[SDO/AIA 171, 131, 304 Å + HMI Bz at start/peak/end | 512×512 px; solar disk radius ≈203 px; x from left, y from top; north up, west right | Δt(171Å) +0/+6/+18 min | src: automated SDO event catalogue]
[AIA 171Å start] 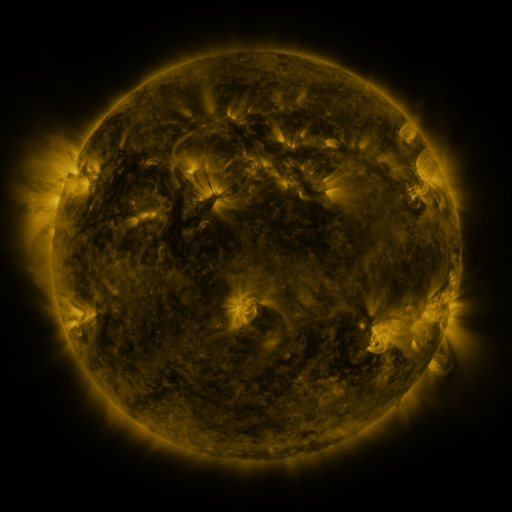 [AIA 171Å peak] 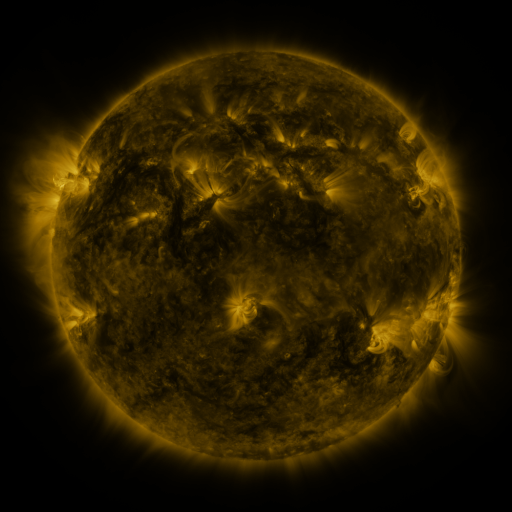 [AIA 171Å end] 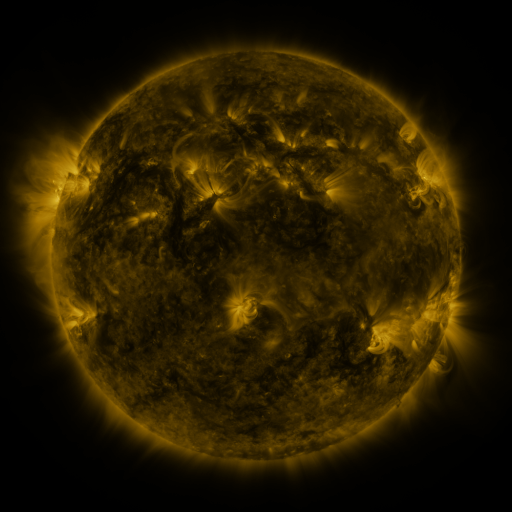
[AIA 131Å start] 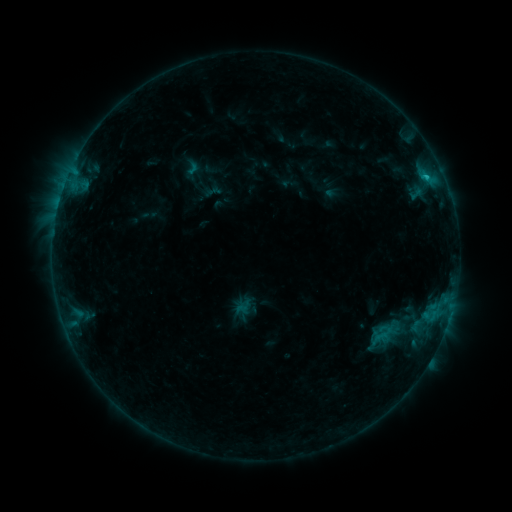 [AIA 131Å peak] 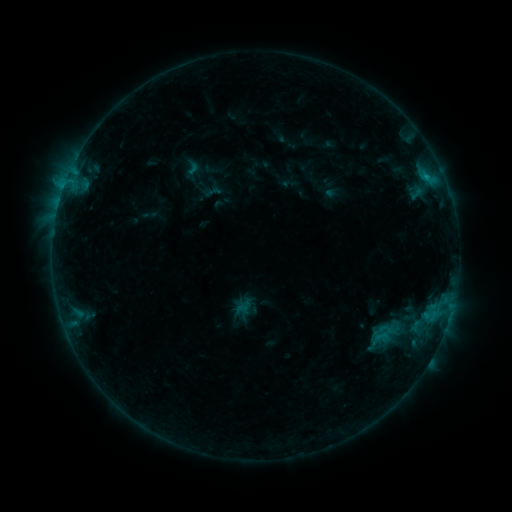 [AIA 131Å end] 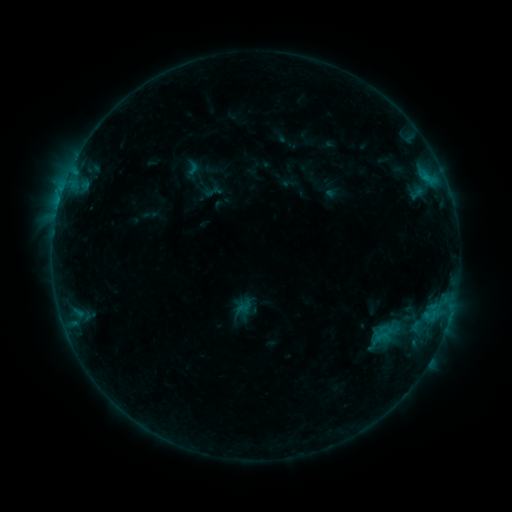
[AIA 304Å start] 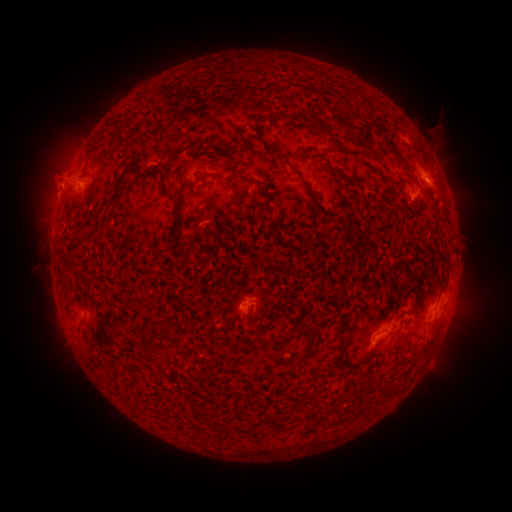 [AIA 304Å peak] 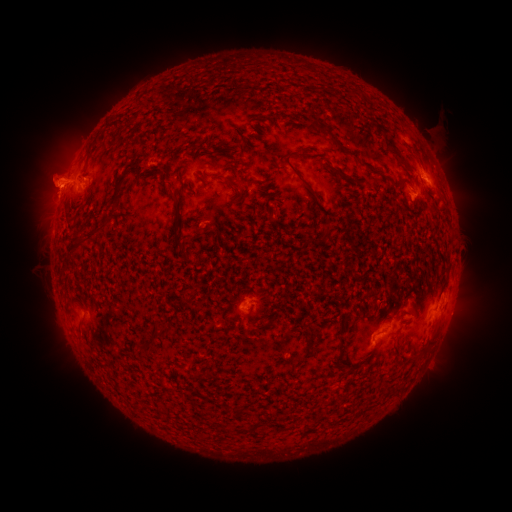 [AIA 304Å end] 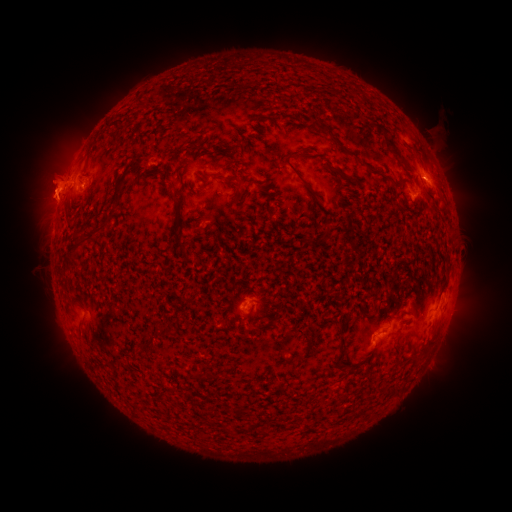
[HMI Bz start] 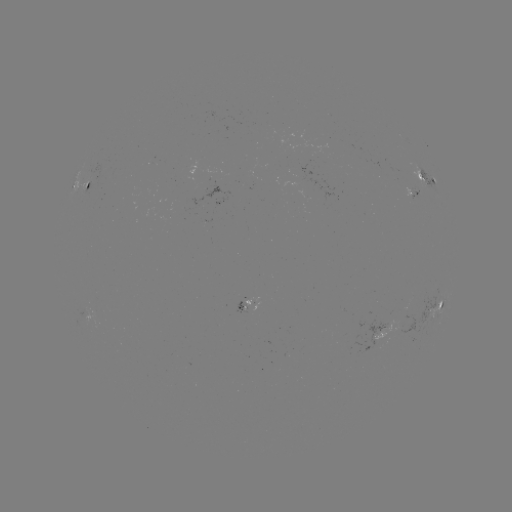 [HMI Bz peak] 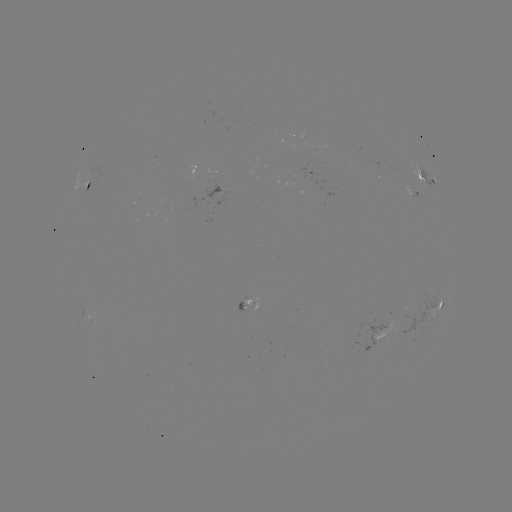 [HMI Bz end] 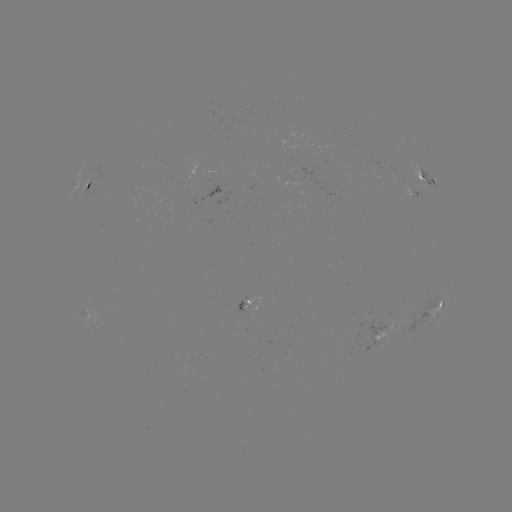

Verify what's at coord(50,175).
eruption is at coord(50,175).